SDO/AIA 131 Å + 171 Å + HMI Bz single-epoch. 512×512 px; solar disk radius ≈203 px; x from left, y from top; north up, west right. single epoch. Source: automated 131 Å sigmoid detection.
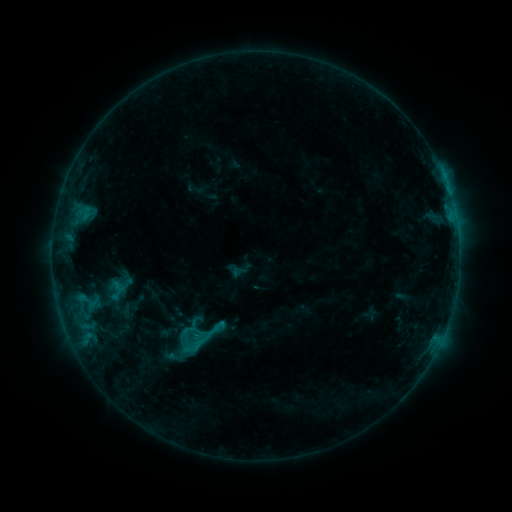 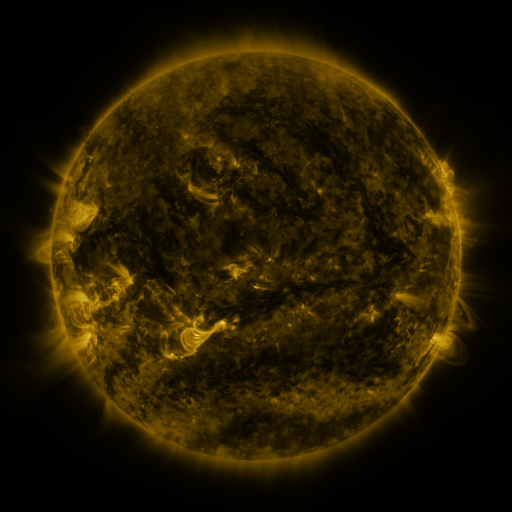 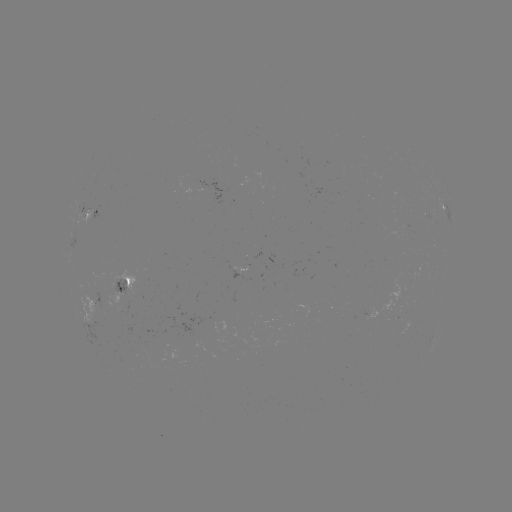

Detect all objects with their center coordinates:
sigmoid: (160, 316, 225, 364)
